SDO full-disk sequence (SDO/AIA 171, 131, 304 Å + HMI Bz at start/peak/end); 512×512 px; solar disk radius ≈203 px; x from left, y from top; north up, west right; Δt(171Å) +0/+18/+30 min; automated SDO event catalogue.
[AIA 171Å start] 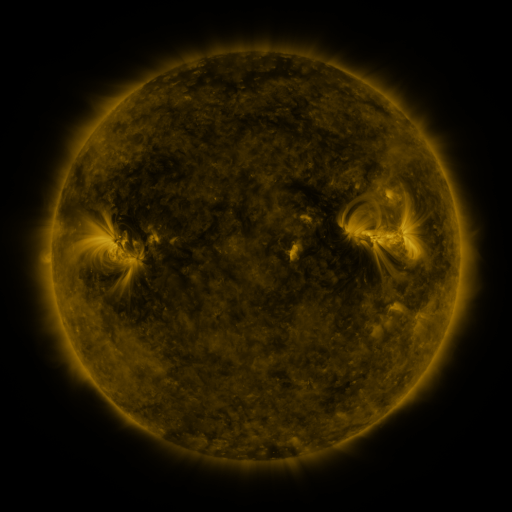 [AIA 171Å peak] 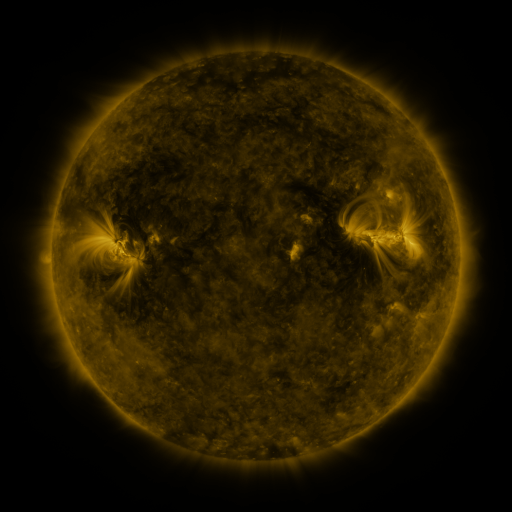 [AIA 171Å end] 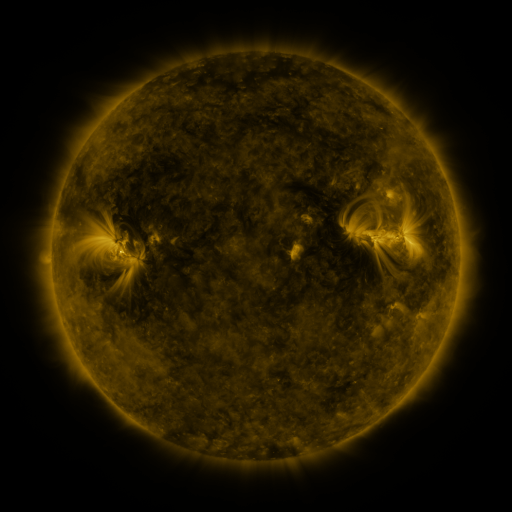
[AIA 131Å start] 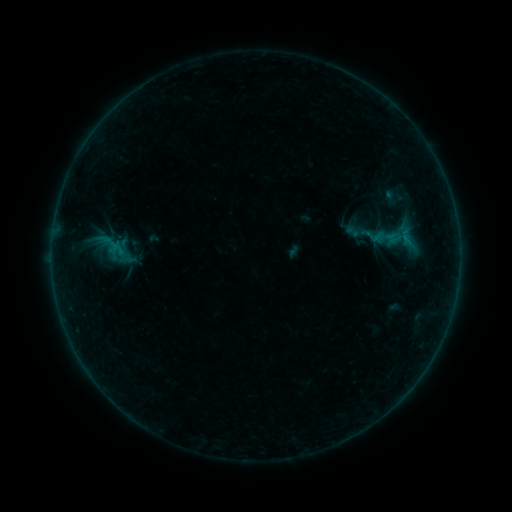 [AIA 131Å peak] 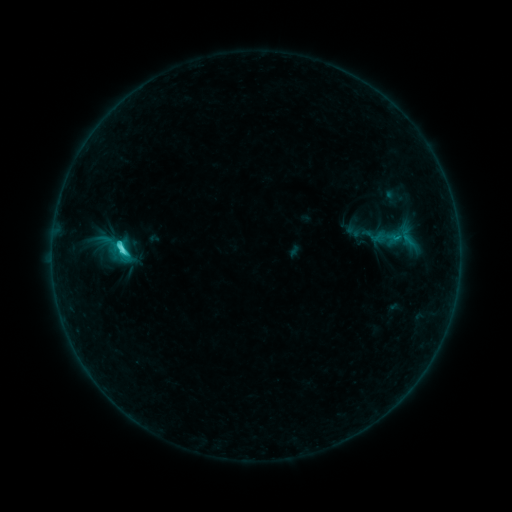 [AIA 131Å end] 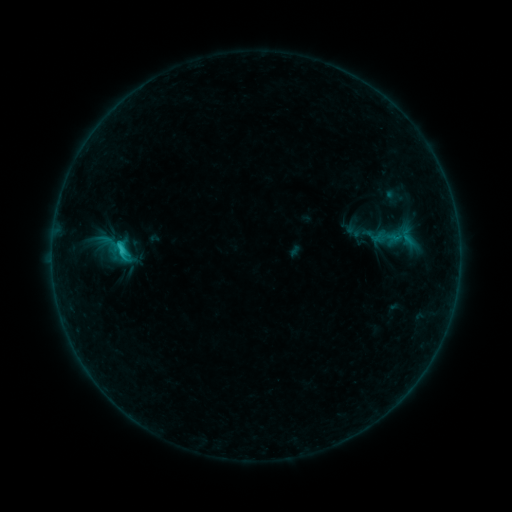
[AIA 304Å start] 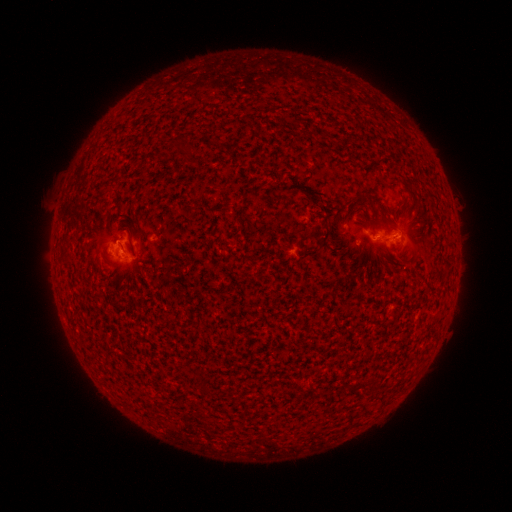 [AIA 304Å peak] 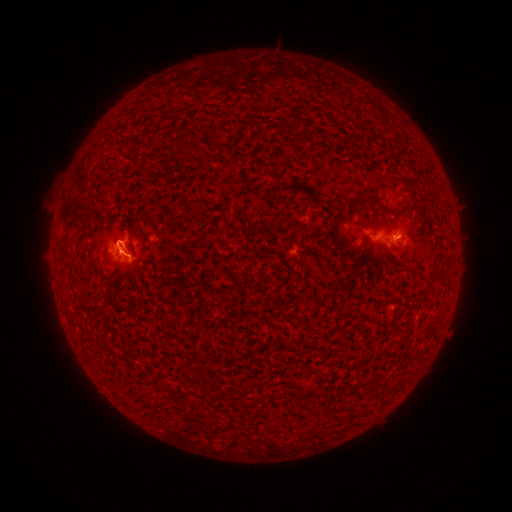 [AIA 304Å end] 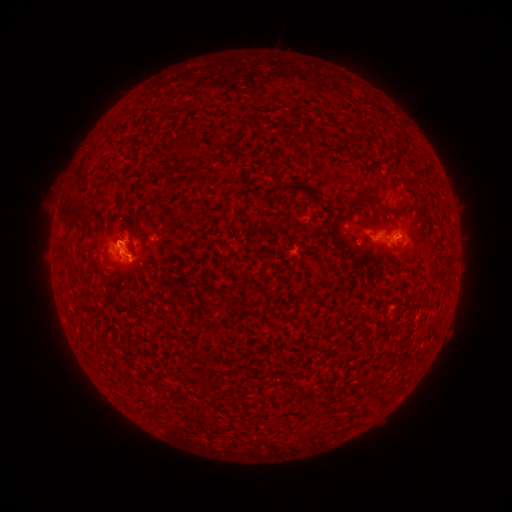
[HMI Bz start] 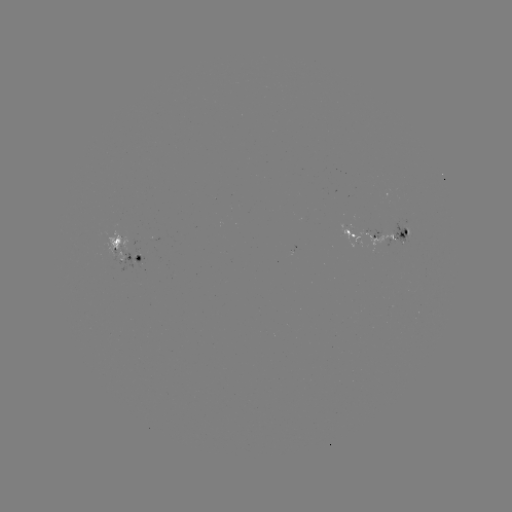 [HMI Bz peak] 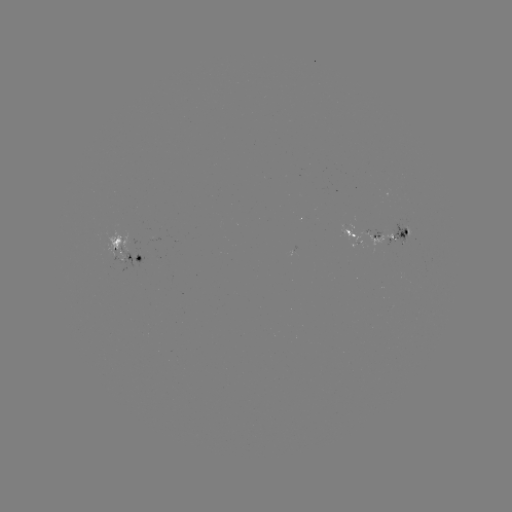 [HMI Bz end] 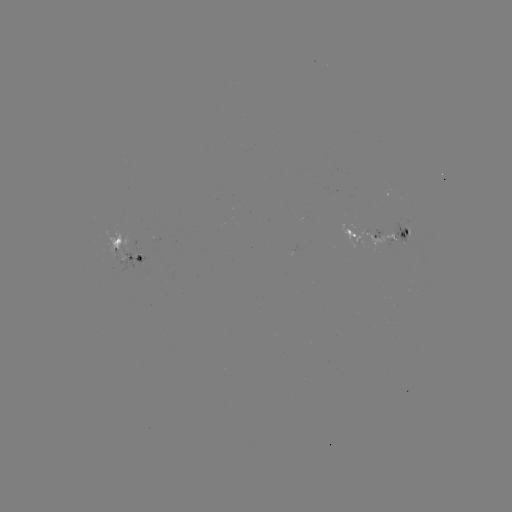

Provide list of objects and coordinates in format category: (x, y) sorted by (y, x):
C2.2 flare: (122, 253)
